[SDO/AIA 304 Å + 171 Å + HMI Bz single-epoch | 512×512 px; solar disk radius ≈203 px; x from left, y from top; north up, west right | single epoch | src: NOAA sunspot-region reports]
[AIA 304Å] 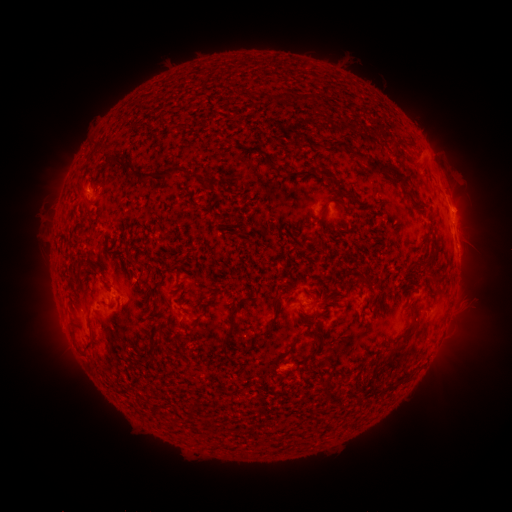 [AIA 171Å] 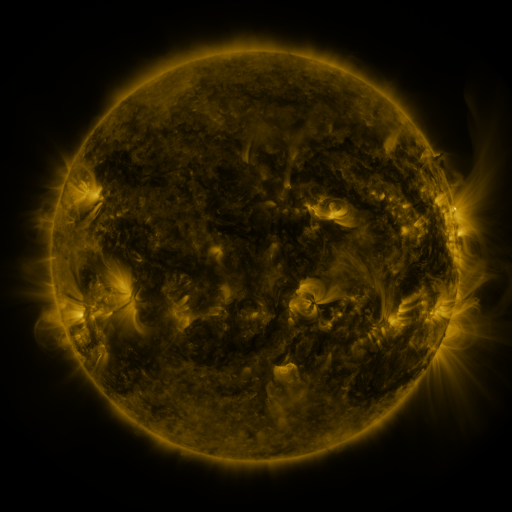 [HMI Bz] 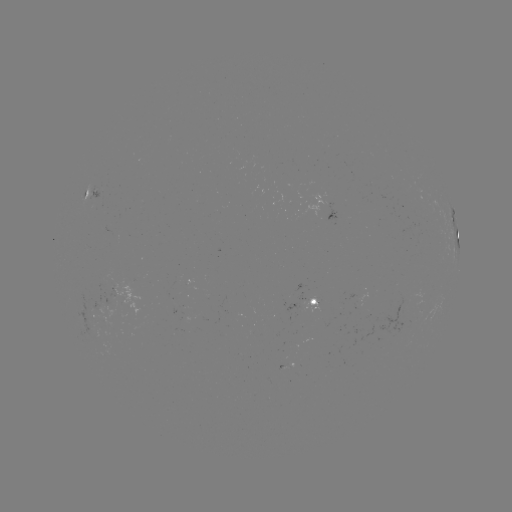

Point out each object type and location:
spotted active region: (93, 196)
spotted active region: (452, 214)
spotted active region: (456, 231)
spotted active region: (320, 303)
